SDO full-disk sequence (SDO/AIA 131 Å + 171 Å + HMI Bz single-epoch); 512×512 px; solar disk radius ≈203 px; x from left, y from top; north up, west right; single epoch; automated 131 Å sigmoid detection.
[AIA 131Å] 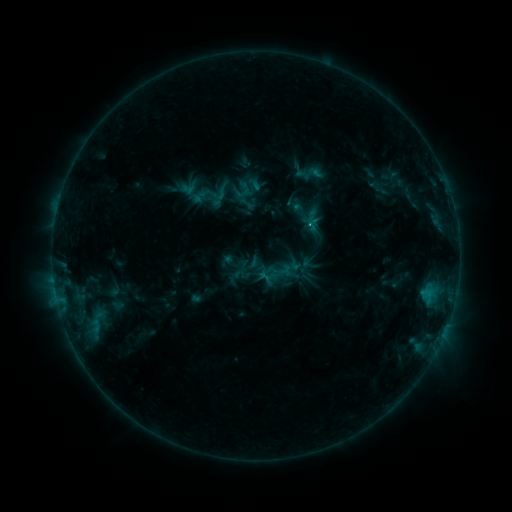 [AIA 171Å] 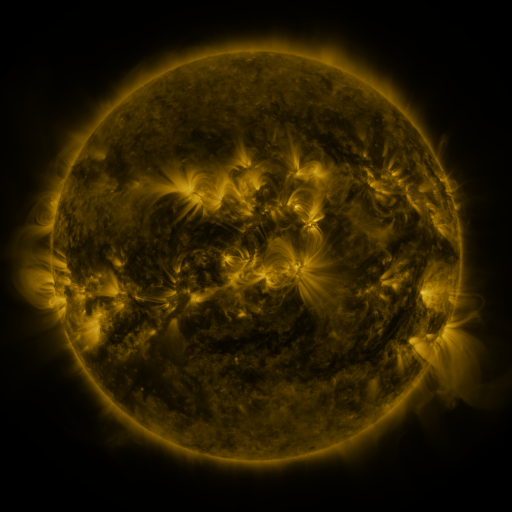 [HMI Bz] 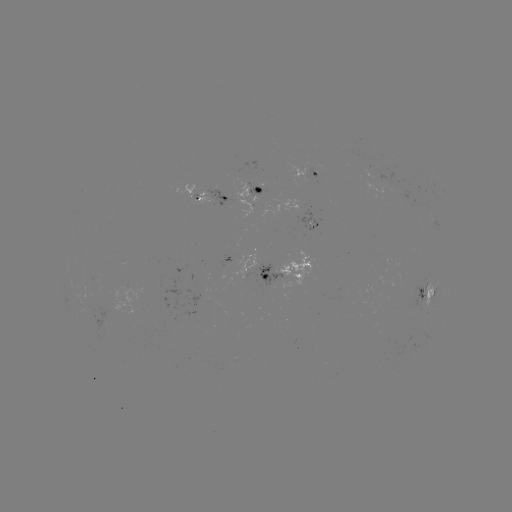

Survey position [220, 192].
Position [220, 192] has sigmoid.